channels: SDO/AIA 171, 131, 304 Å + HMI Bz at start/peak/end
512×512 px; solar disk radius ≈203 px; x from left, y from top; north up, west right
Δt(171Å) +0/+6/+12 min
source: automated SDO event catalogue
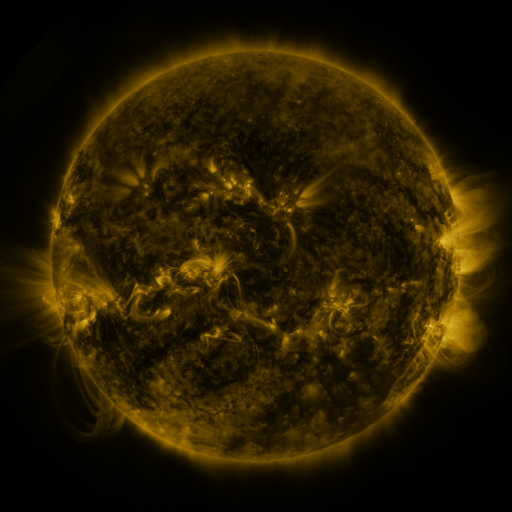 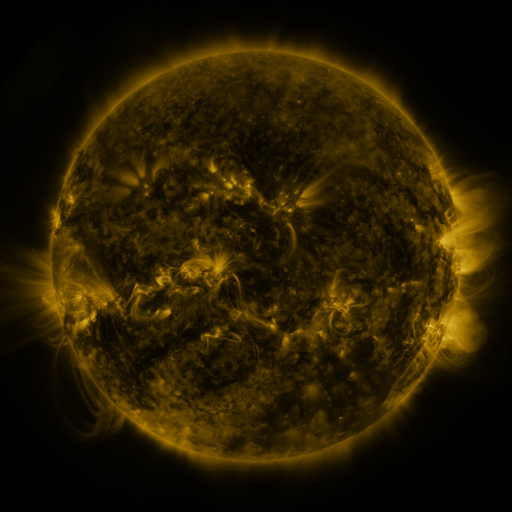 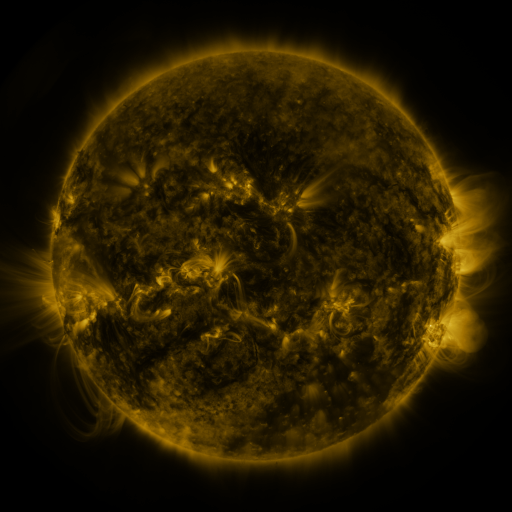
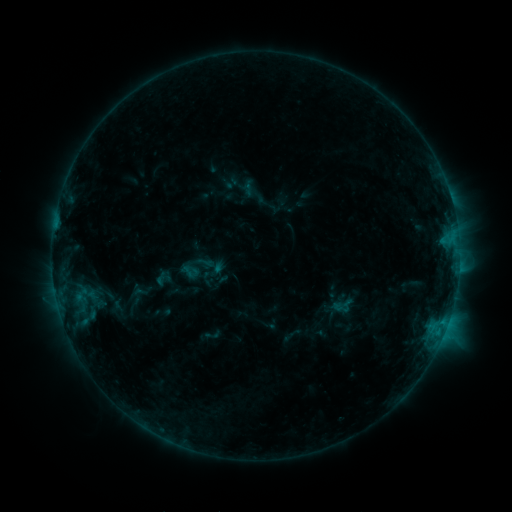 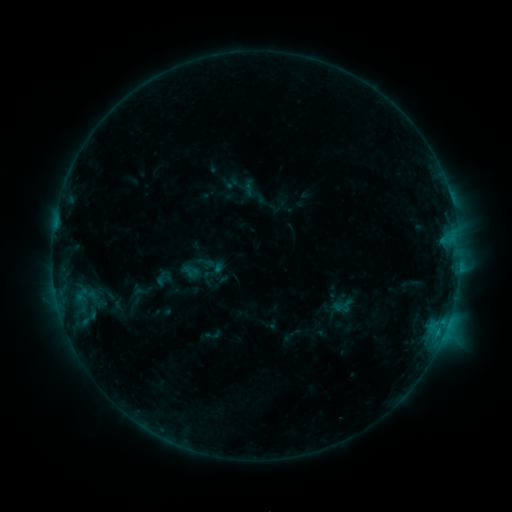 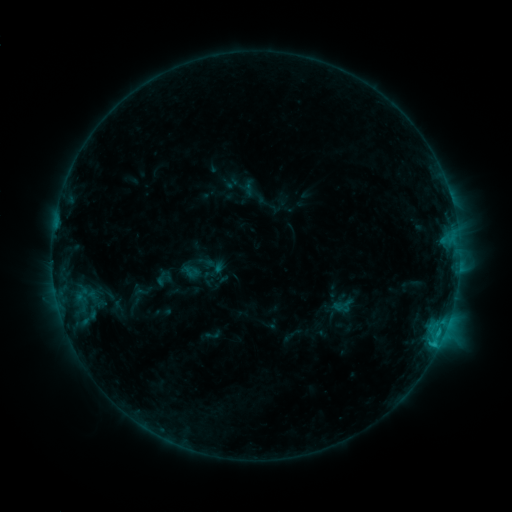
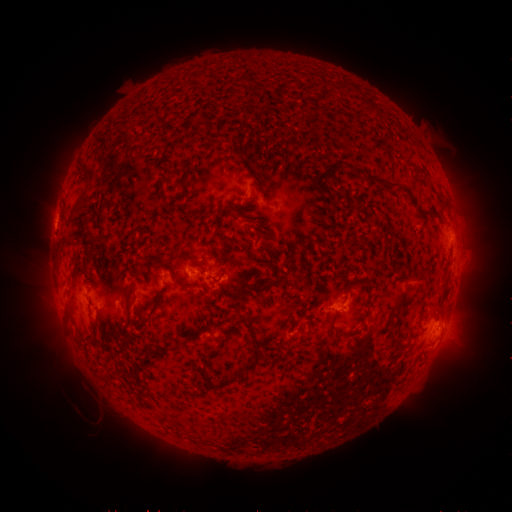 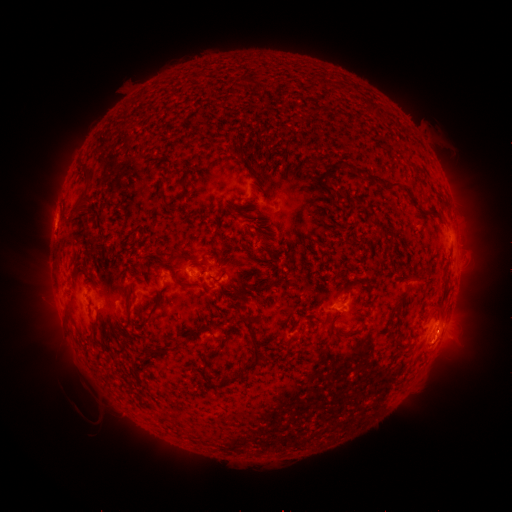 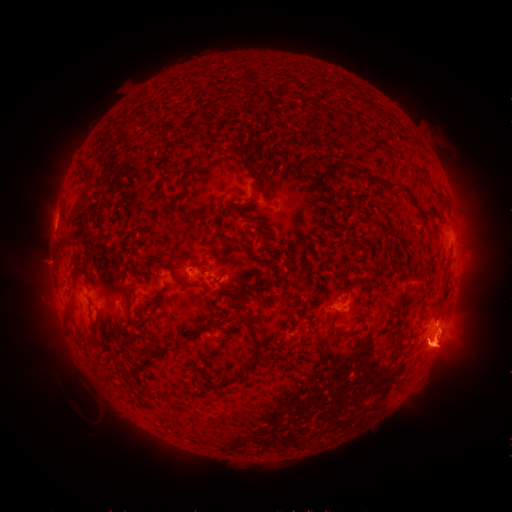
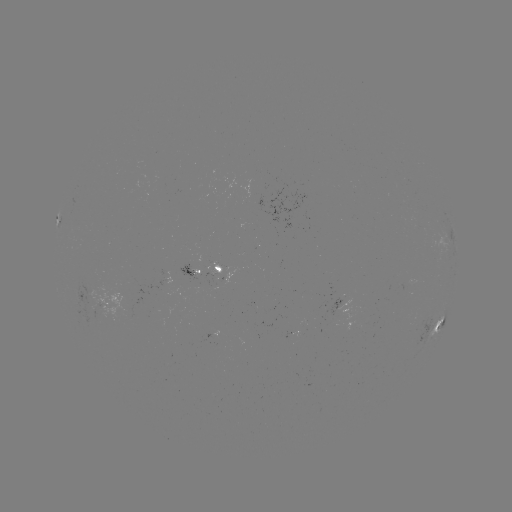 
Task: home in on C1.2 flare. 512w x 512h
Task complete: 436,338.